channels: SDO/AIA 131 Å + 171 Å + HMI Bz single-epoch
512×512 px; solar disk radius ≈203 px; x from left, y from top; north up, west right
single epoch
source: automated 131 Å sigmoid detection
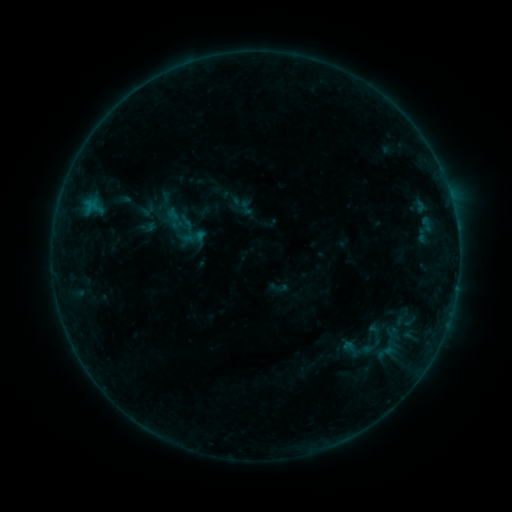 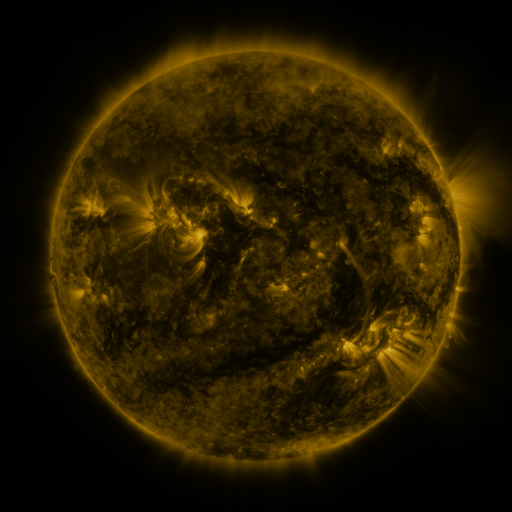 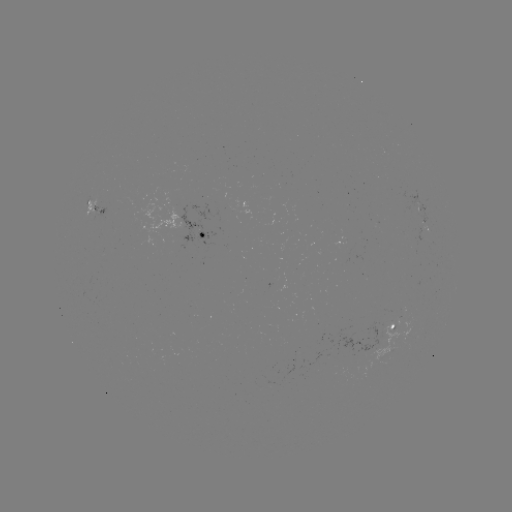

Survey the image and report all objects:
sigmoid: [163, 190, 179, 207]
sigmoid: [238, 199, 254, 216]
